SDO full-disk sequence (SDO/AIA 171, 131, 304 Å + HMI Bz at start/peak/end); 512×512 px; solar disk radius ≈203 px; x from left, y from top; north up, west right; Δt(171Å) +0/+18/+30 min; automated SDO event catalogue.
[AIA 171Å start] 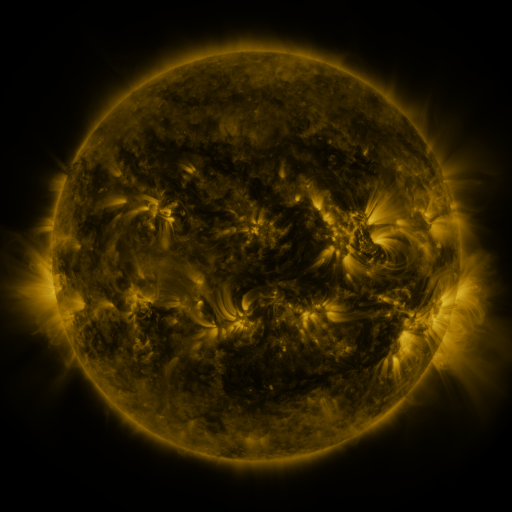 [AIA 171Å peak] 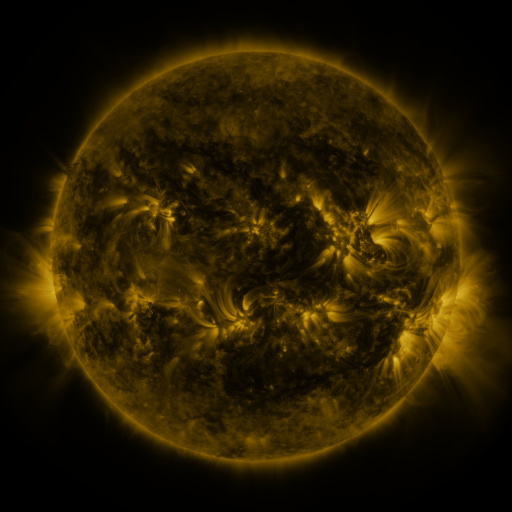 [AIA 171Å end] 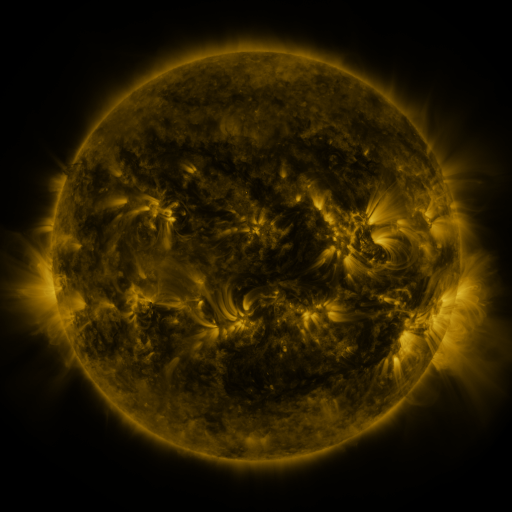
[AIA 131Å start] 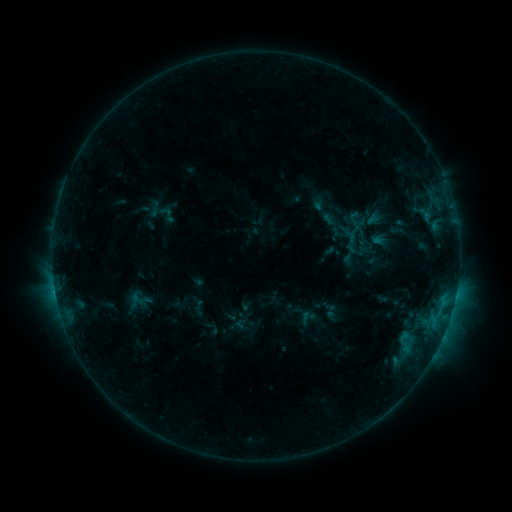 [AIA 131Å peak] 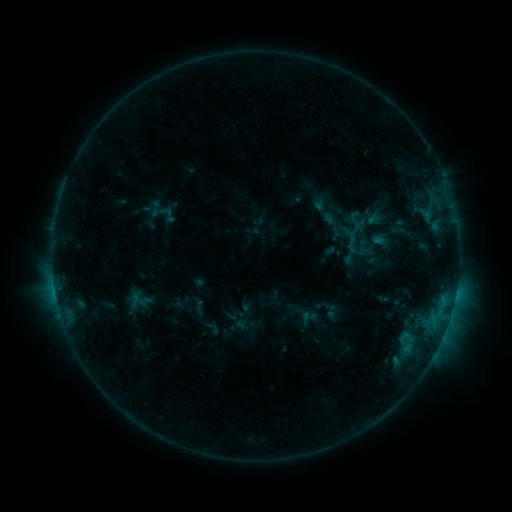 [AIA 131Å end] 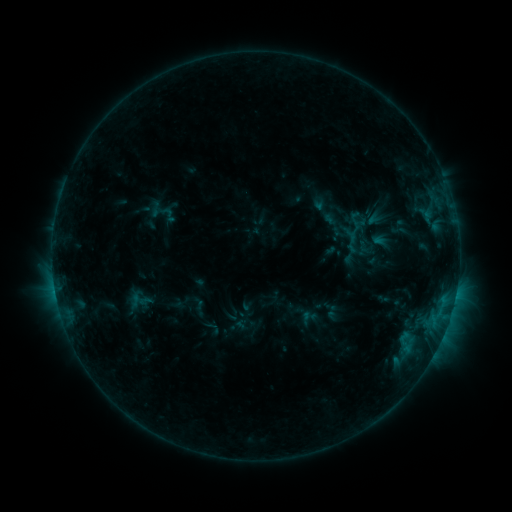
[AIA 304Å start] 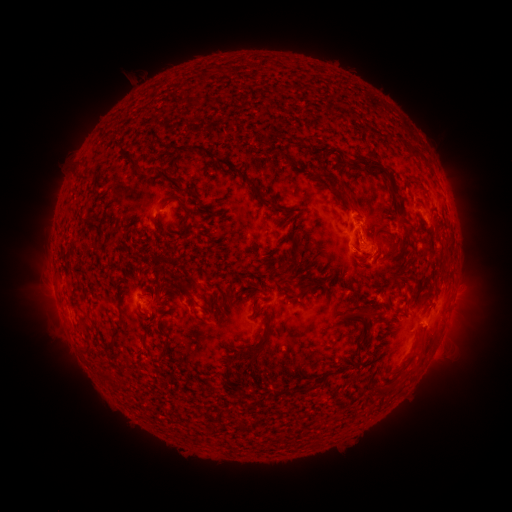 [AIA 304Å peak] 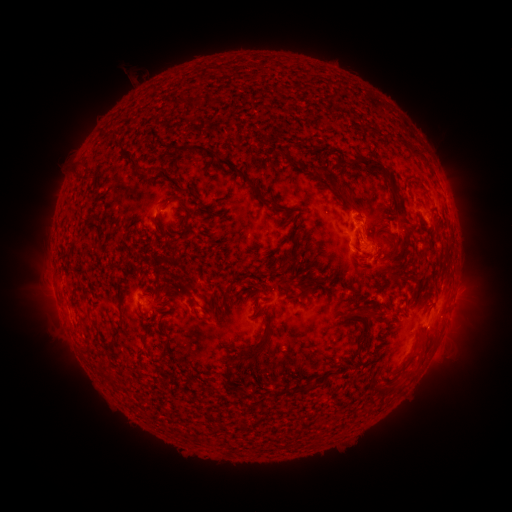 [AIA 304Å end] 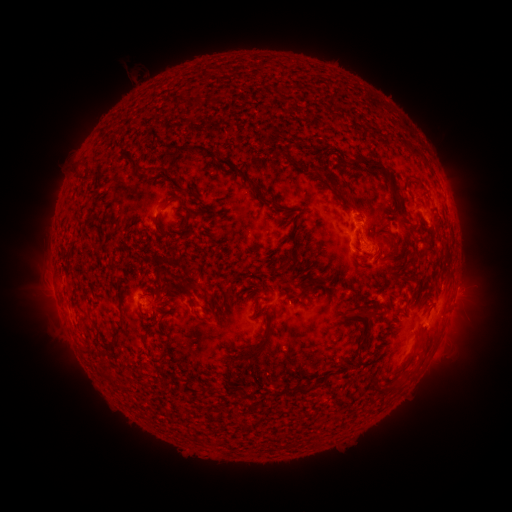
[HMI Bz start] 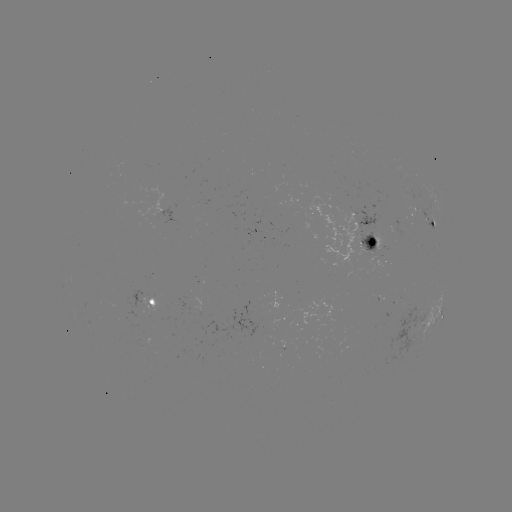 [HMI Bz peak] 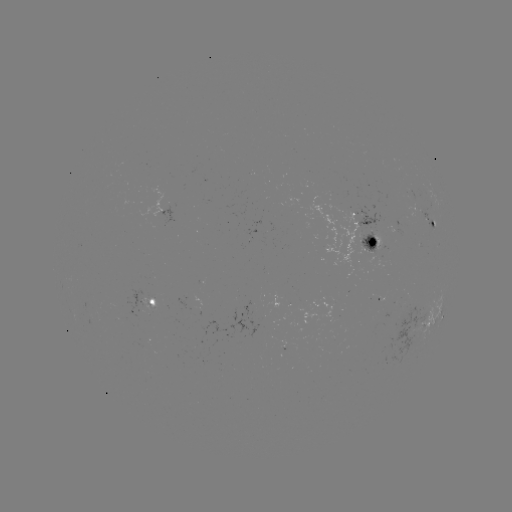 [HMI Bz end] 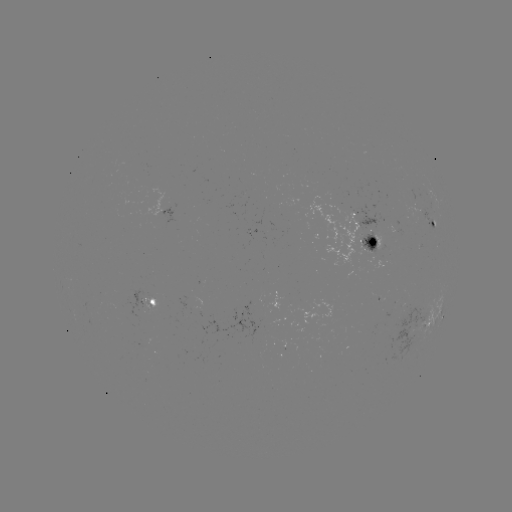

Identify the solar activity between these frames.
no flare in any classed list; no EUV-trigger detection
